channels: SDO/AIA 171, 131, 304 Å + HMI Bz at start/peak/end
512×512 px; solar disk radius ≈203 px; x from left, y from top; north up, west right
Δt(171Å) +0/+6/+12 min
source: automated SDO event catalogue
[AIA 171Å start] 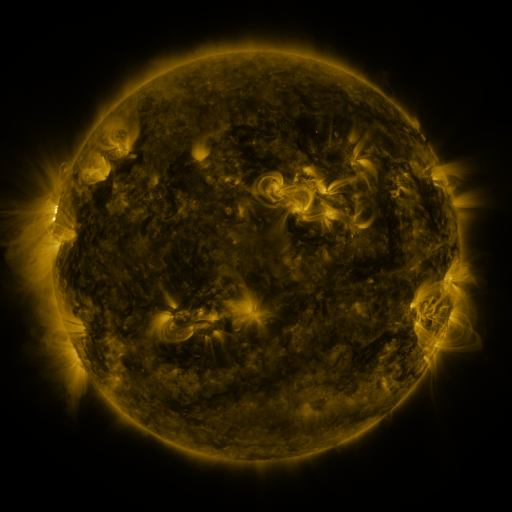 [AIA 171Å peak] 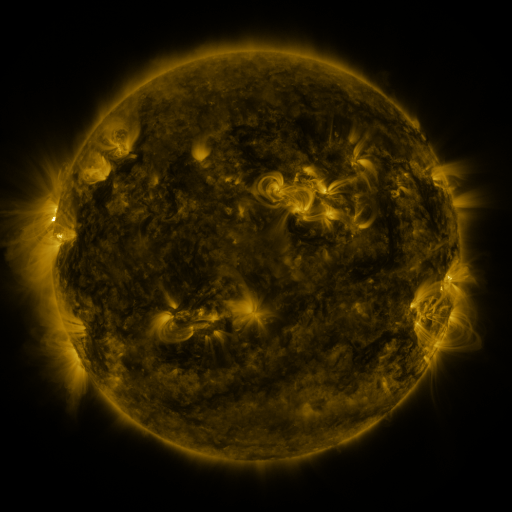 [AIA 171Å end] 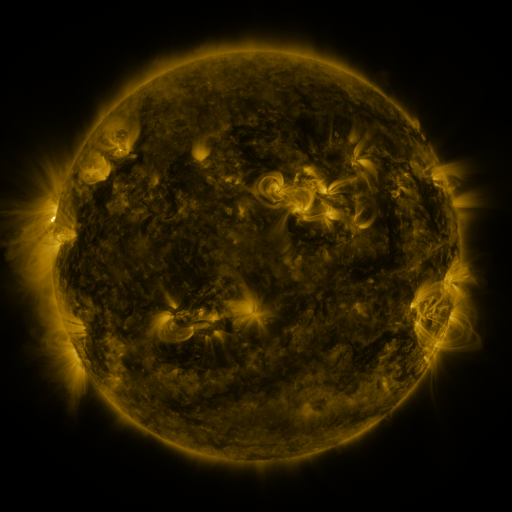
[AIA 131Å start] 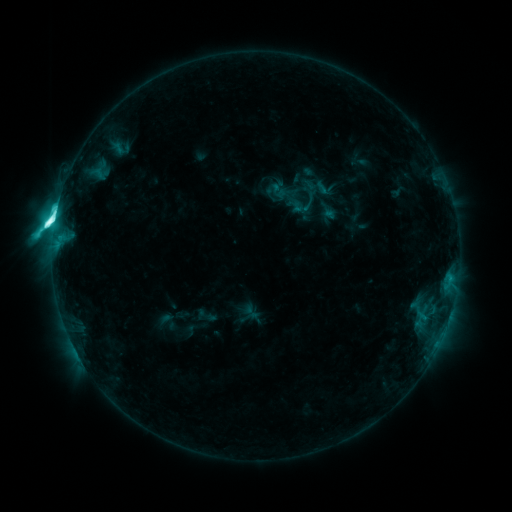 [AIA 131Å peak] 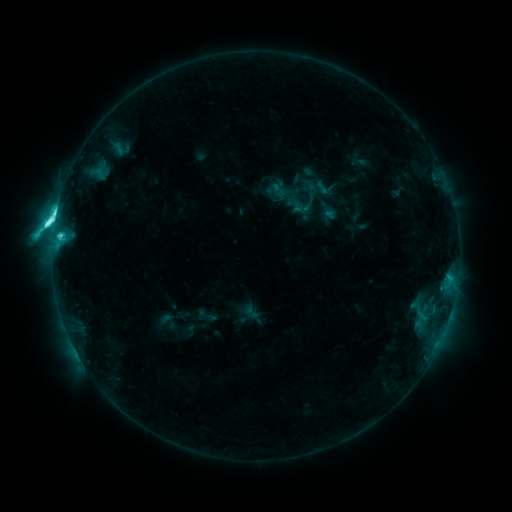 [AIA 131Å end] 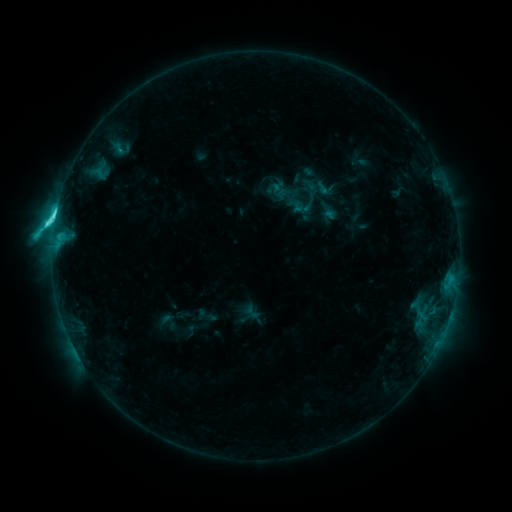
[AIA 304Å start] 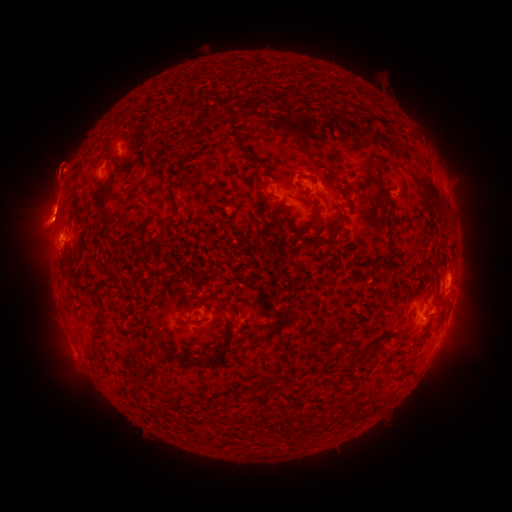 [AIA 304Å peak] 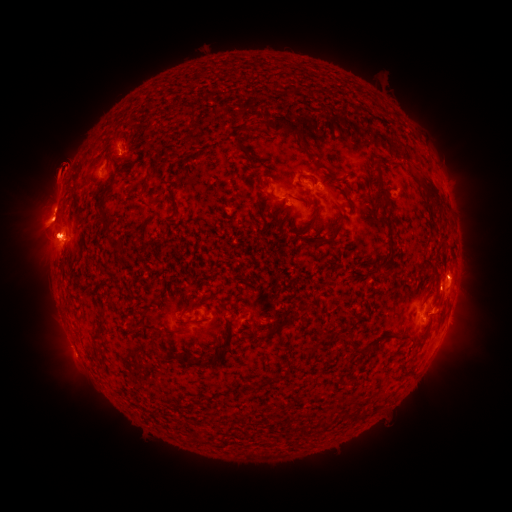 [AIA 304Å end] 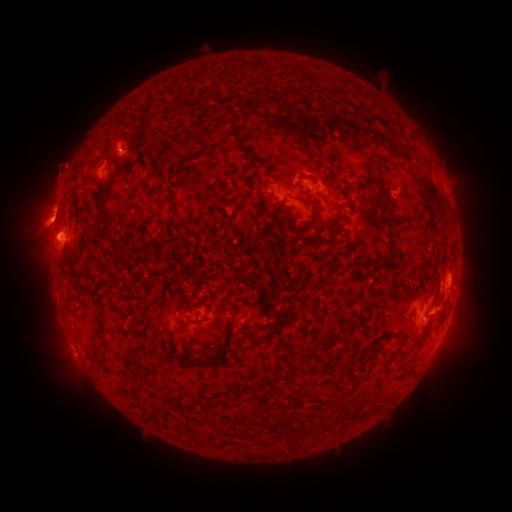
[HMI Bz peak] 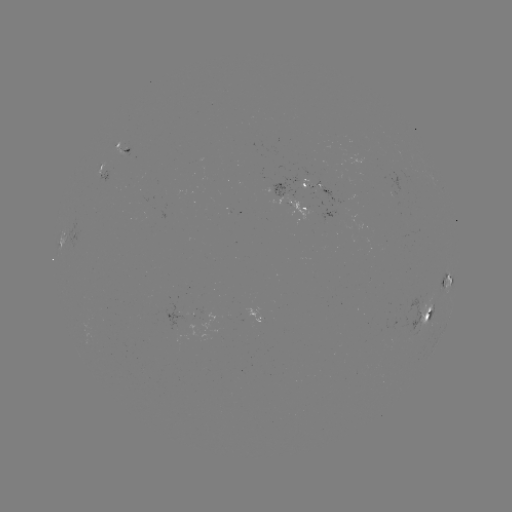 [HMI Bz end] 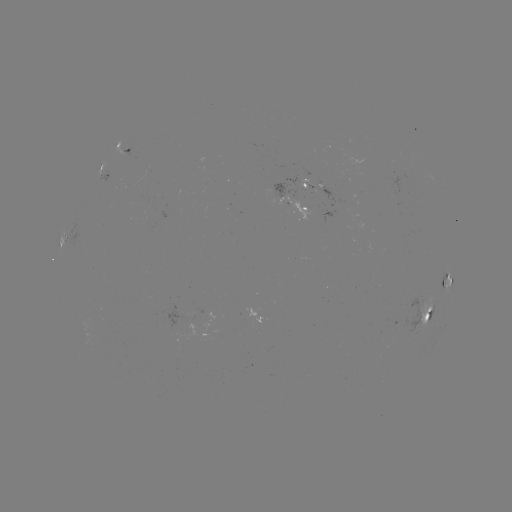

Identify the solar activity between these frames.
eruption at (51, 184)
